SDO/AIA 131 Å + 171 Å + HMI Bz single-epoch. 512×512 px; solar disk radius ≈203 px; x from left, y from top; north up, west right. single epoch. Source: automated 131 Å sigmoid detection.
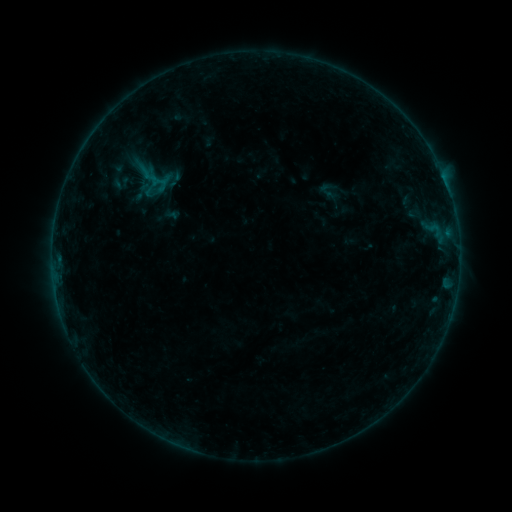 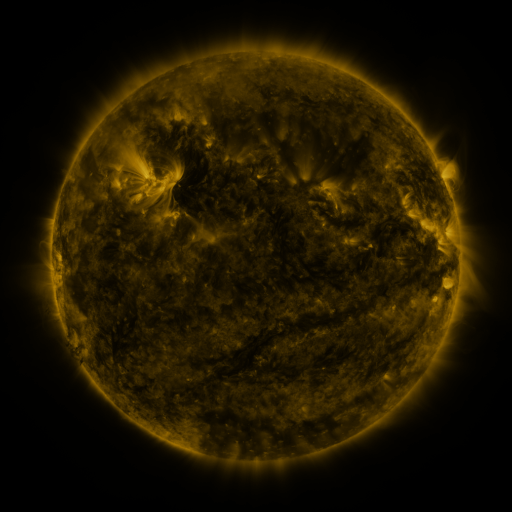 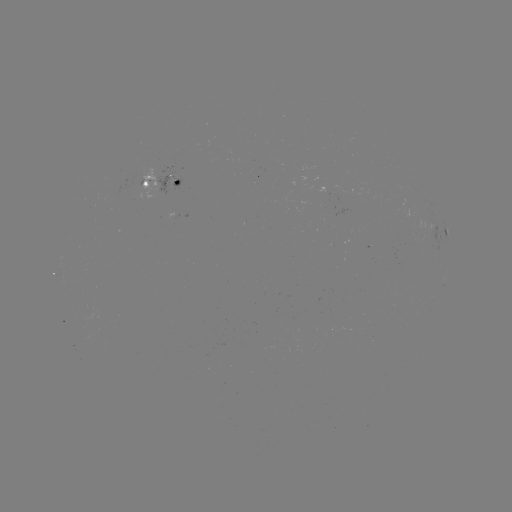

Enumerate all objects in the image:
sigmoid: [104, 163, 132, 190]
